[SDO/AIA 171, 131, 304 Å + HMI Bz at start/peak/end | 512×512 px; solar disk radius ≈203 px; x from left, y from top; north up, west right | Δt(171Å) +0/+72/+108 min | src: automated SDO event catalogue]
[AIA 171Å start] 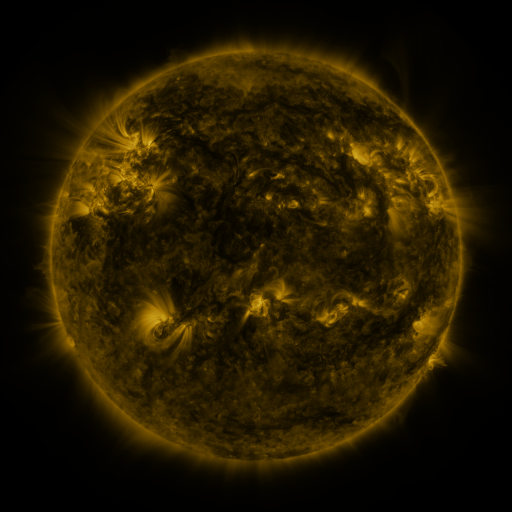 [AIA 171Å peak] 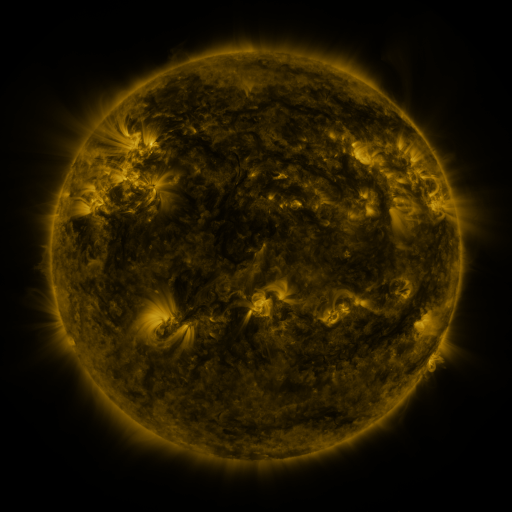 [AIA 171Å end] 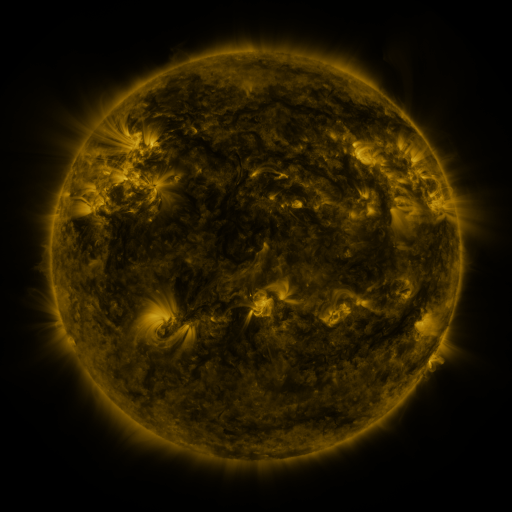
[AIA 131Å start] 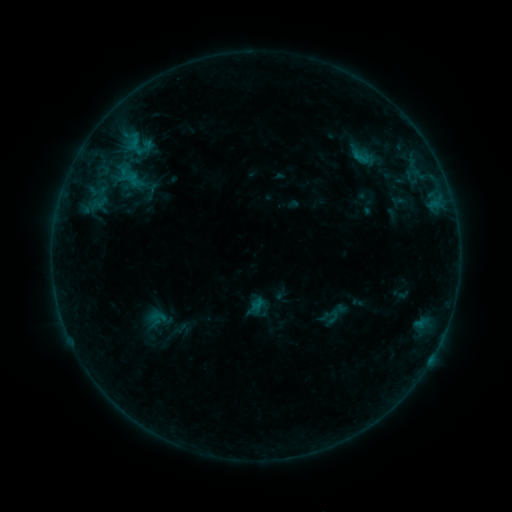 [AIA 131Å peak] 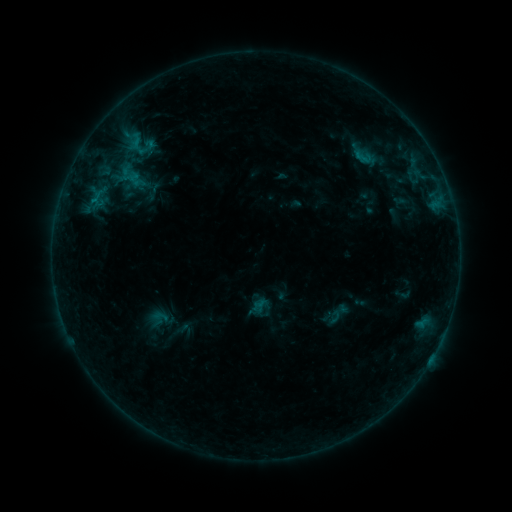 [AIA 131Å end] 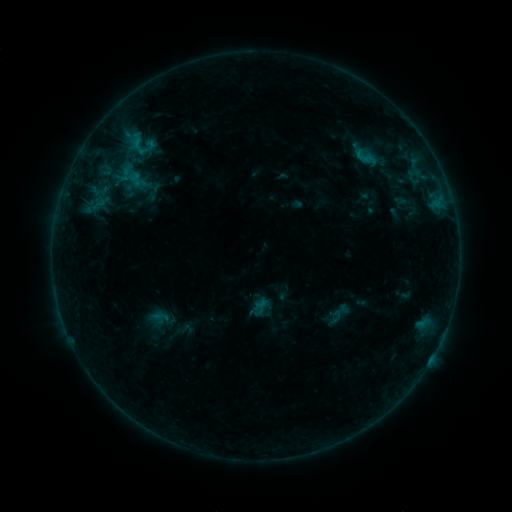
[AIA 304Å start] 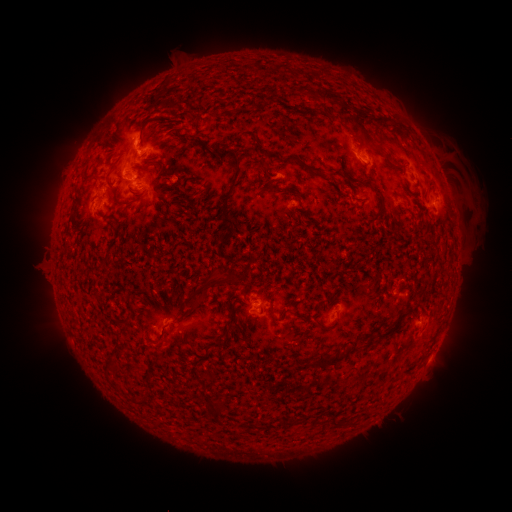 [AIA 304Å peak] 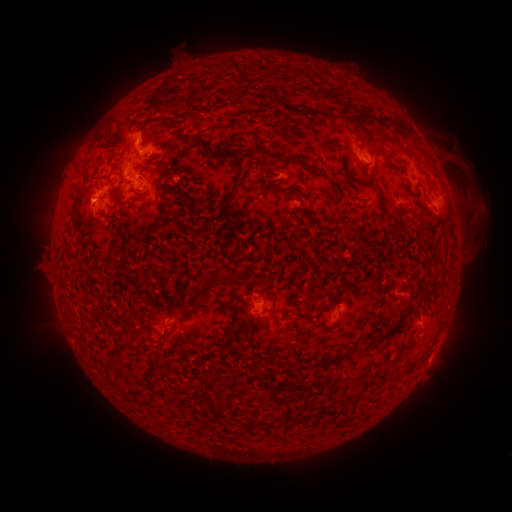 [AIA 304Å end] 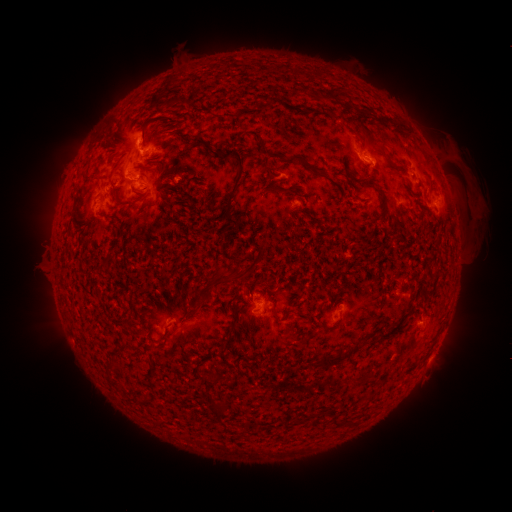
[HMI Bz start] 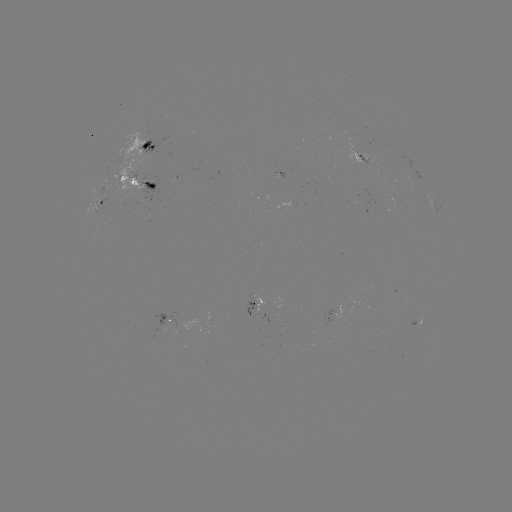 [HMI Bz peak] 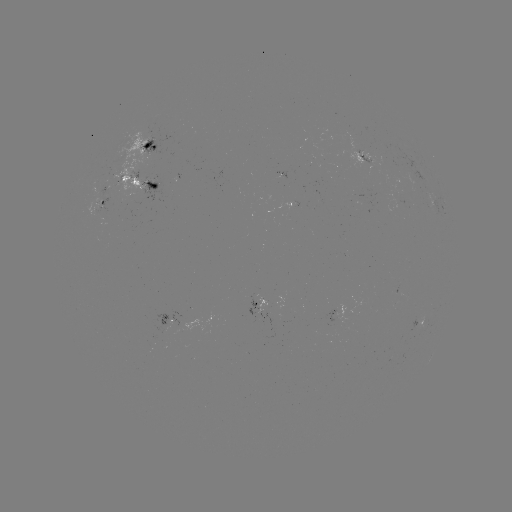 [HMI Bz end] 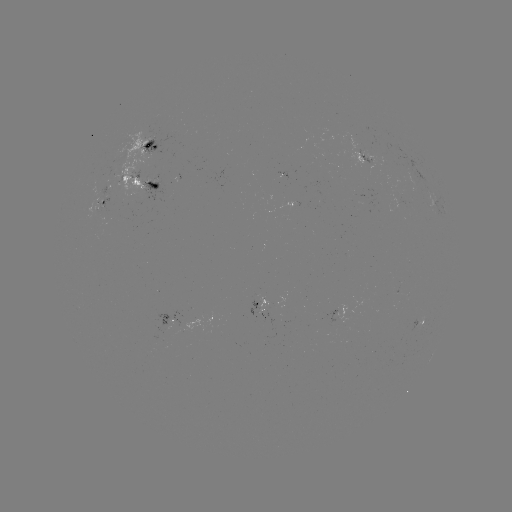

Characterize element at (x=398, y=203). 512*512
emerging-flux region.